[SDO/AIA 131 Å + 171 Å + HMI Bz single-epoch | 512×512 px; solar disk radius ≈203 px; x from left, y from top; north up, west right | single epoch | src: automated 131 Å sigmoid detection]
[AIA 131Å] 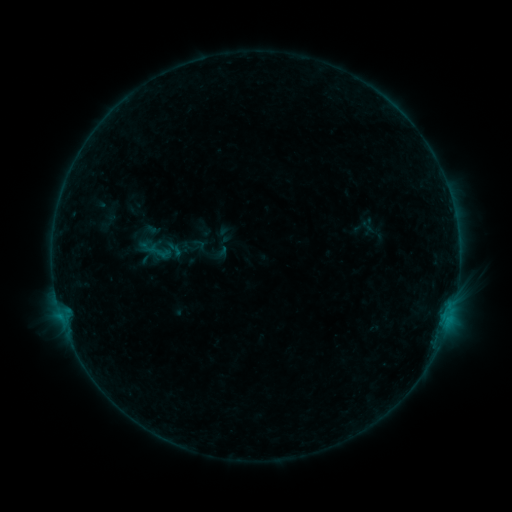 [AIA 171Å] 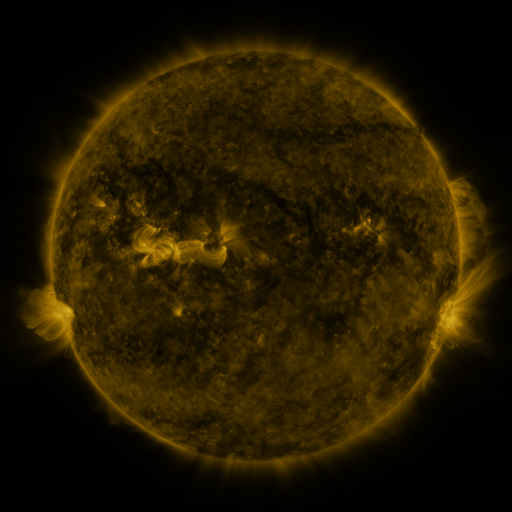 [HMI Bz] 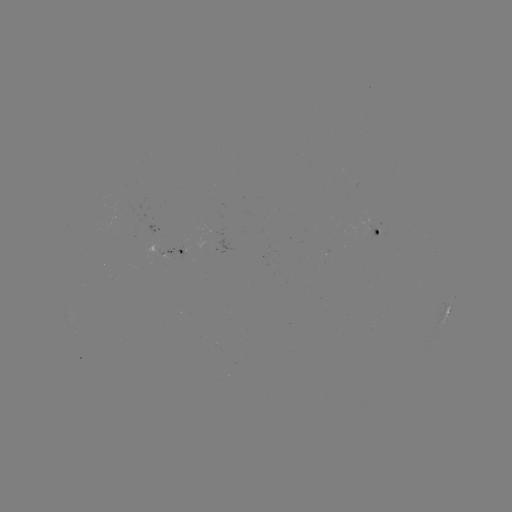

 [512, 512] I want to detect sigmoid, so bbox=[166, 239, 184, 259].